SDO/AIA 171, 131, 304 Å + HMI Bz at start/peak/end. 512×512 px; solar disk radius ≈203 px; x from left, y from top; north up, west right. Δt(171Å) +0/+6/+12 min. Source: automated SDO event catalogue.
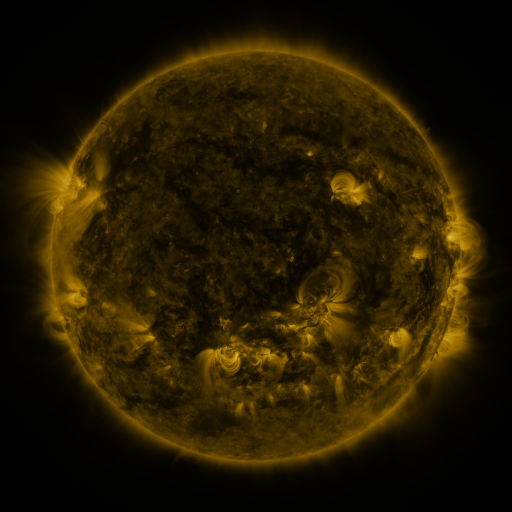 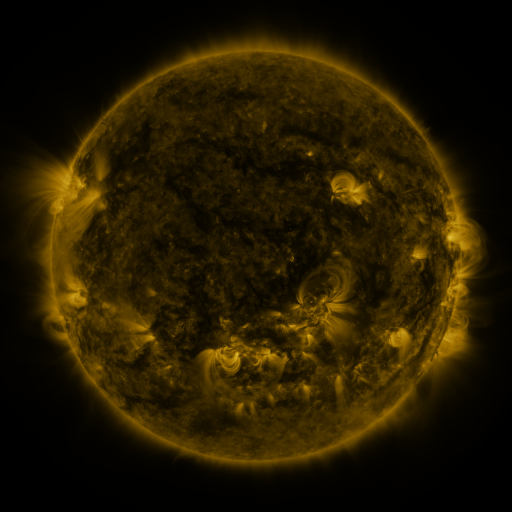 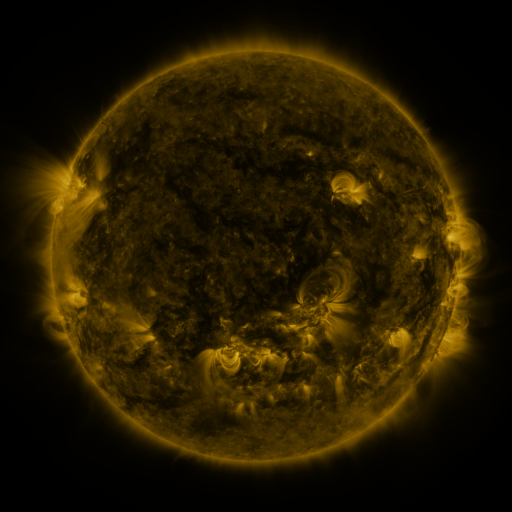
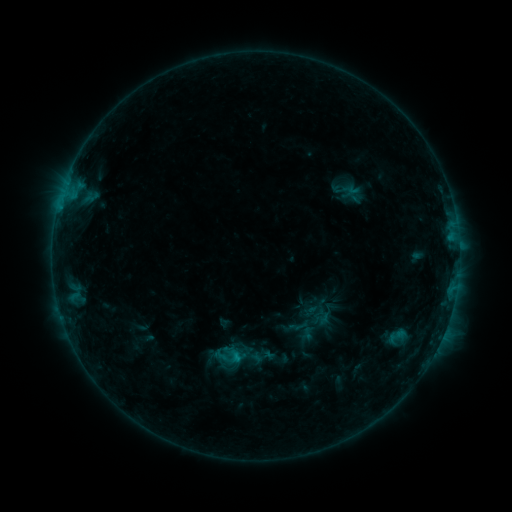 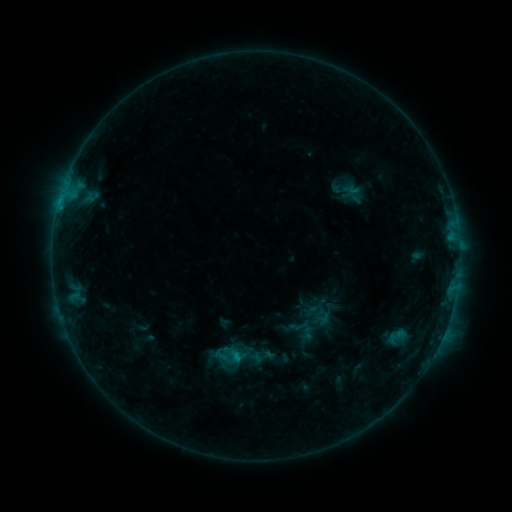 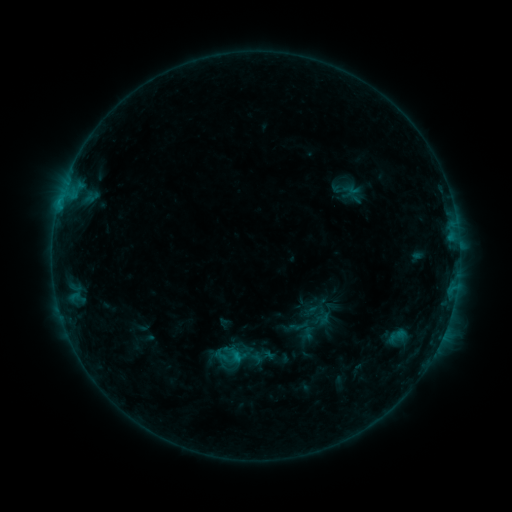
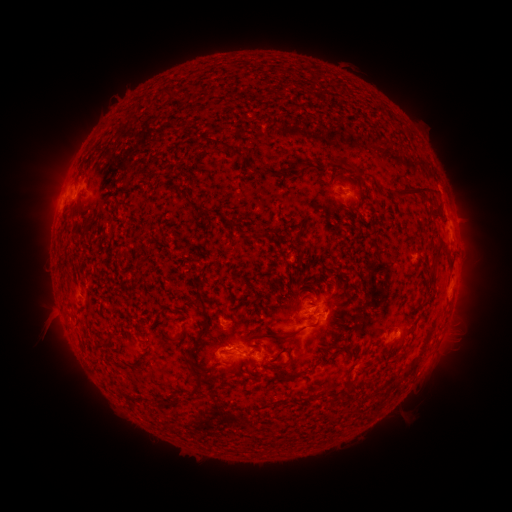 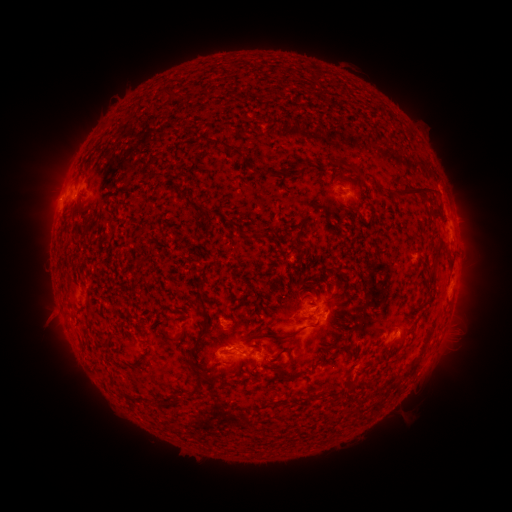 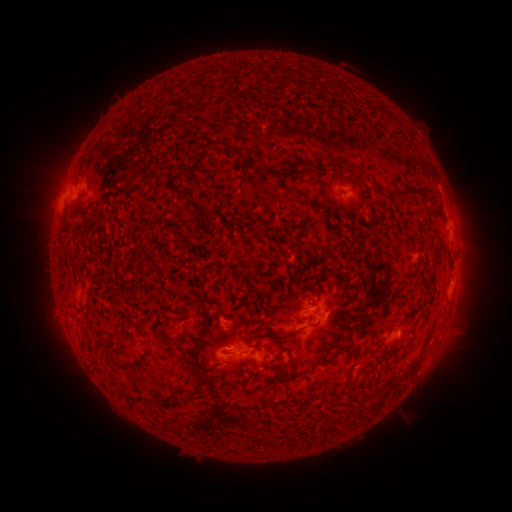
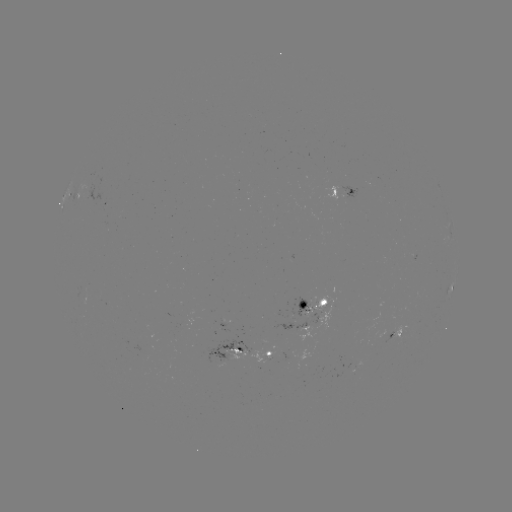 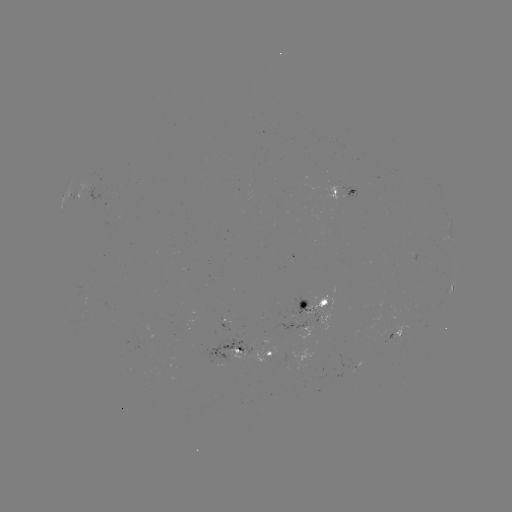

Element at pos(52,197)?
eruption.